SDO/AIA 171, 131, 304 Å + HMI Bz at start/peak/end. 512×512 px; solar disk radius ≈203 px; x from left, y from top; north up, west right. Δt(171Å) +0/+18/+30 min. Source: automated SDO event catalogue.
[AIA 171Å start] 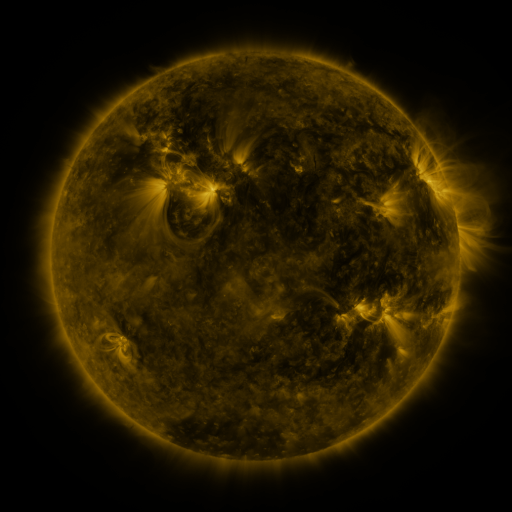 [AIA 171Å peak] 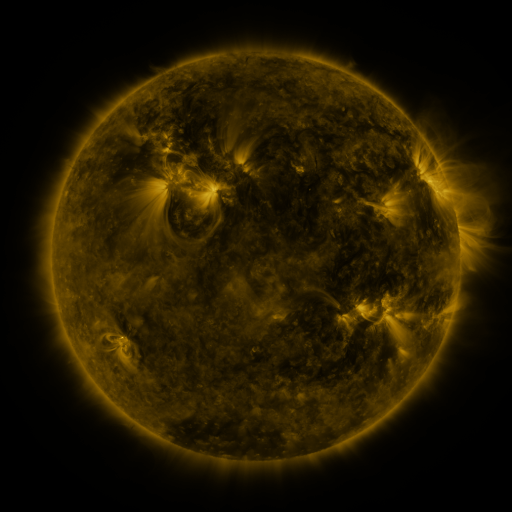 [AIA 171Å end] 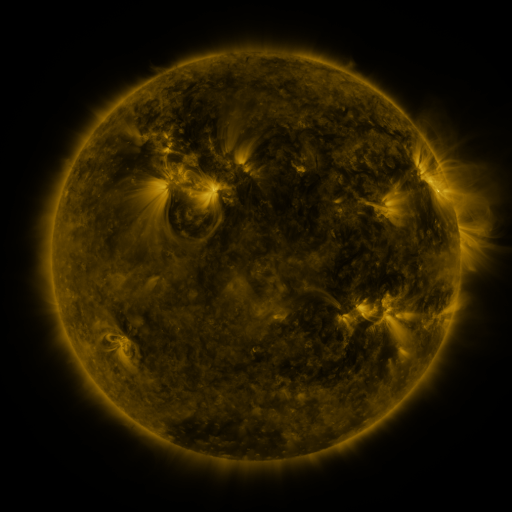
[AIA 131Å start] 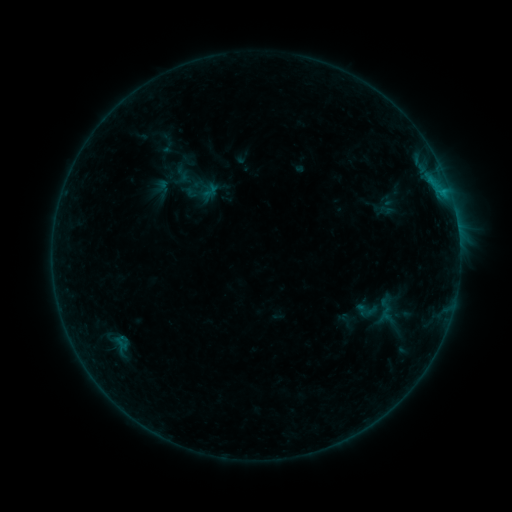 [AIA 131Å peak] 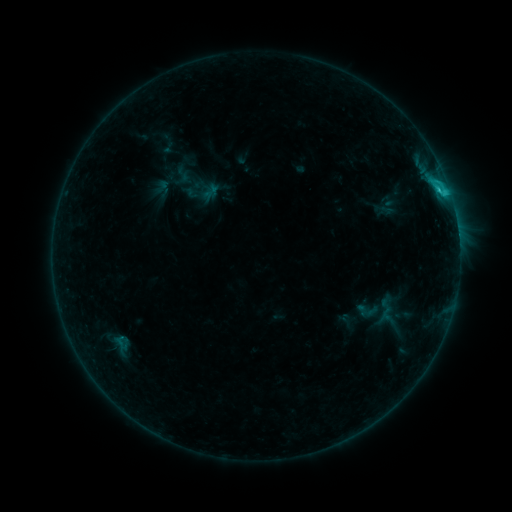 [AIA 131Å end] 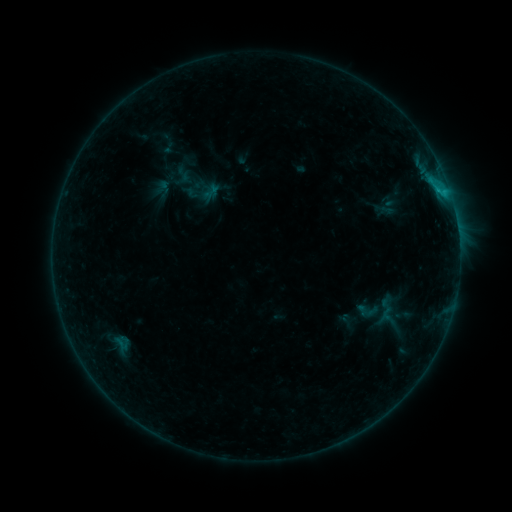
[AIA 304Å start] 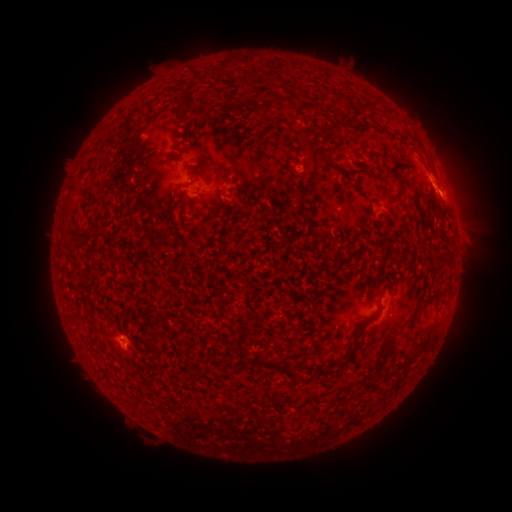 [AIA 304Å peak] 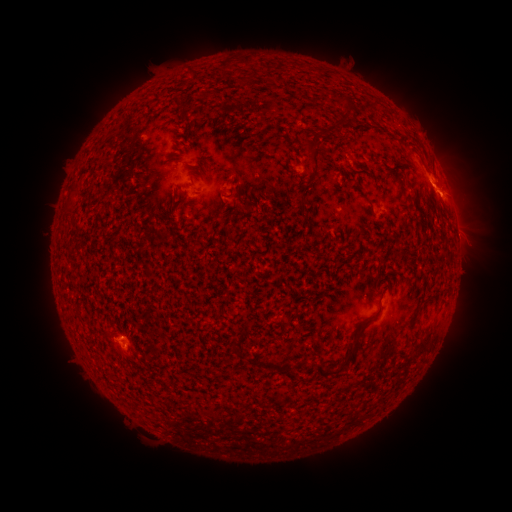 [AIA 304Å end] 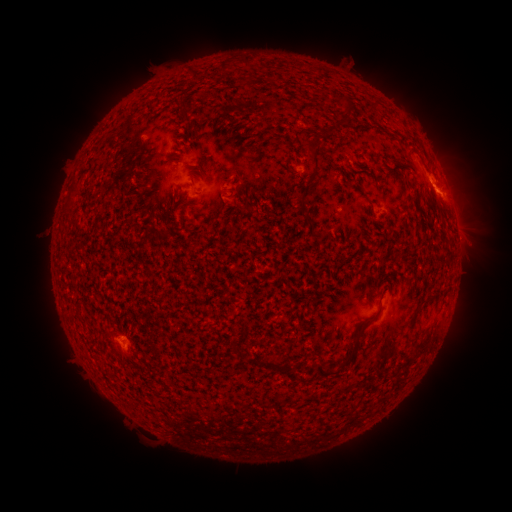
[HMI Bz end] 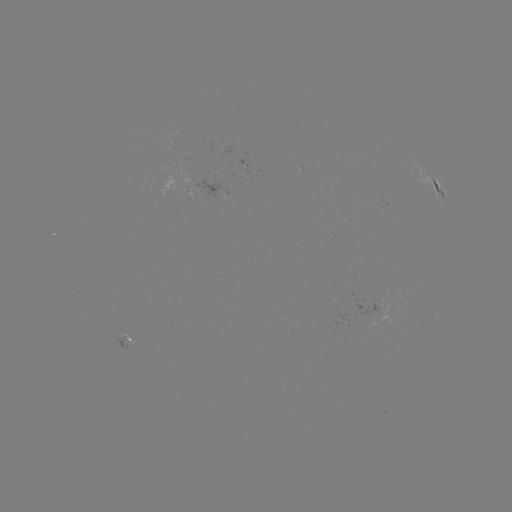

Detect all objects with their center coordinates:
C1.3 flare: (122, 335)
